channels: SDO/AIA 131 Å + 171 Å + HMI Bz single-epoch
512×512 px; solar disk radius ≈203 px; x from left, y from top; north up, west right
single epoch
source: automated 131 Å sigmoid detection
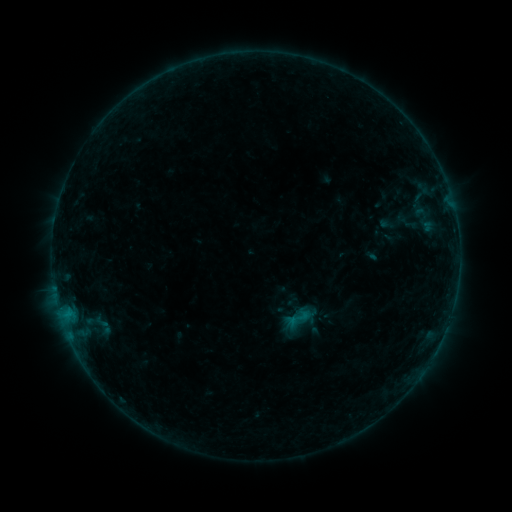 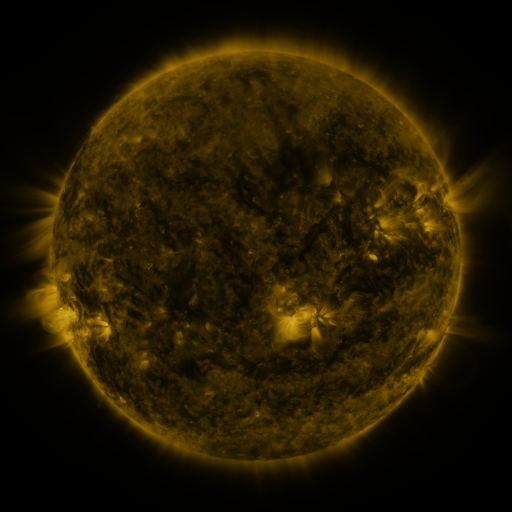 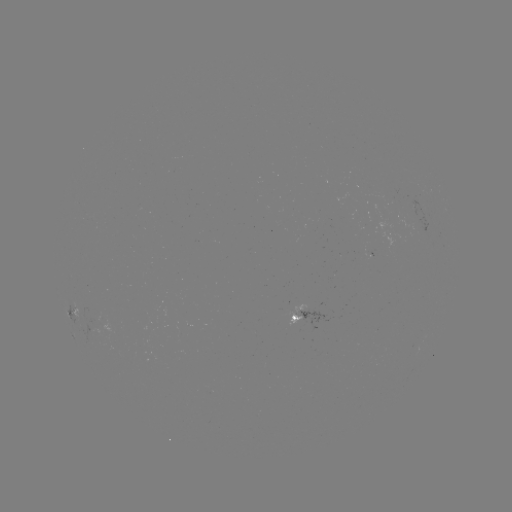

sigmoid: <bbox>284, 304, 312, 333</bbox>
